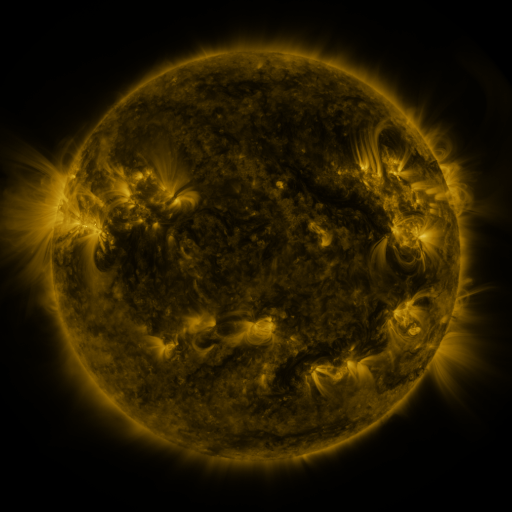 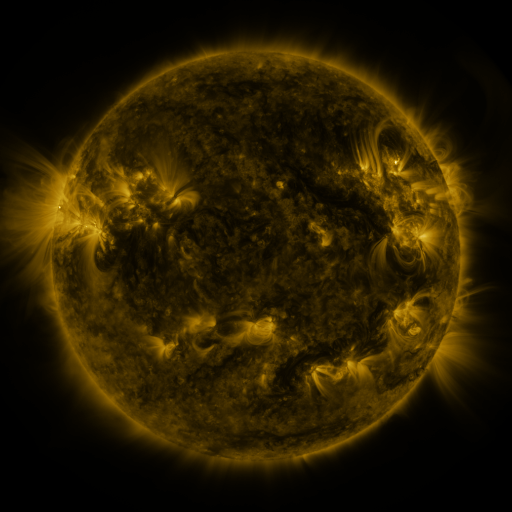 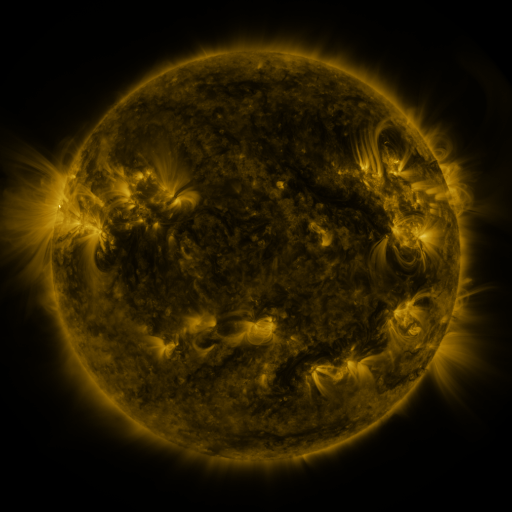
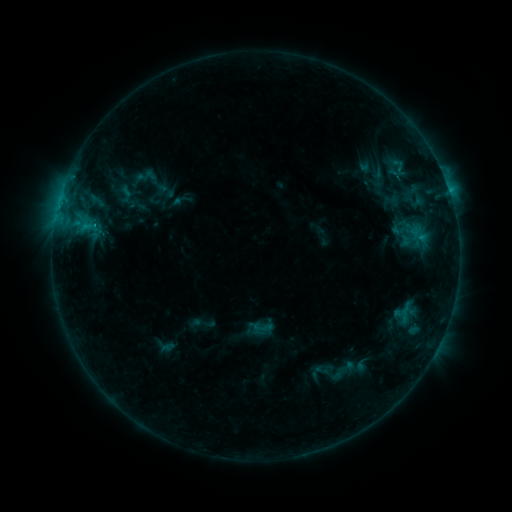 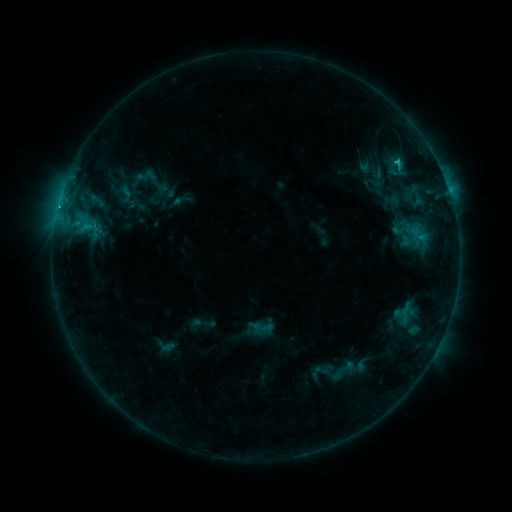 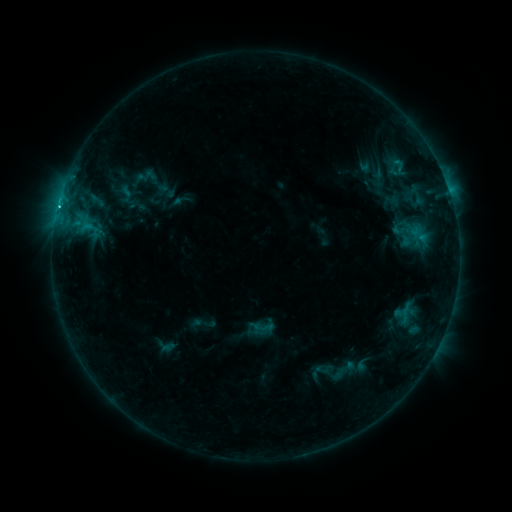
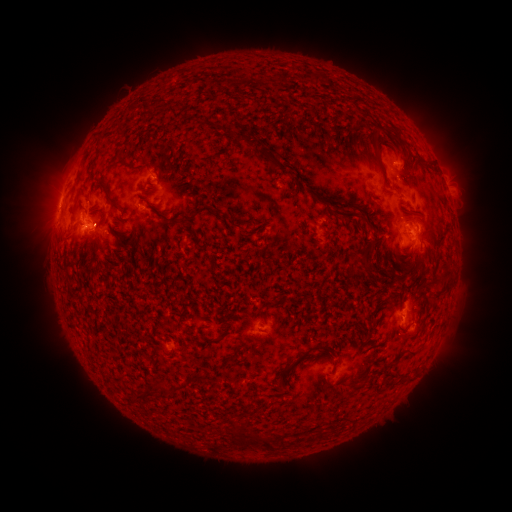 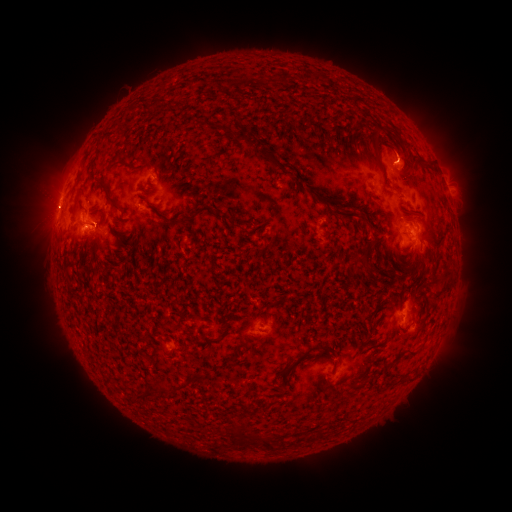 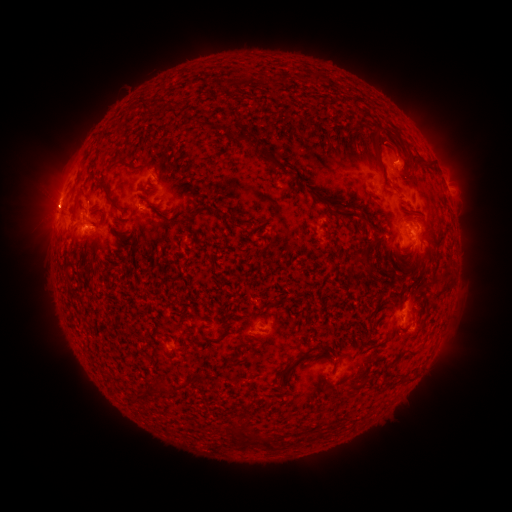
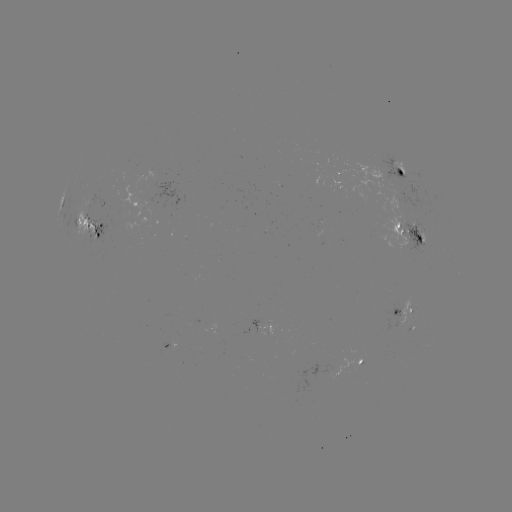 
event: flare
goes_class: C3.5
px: (396, 164)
